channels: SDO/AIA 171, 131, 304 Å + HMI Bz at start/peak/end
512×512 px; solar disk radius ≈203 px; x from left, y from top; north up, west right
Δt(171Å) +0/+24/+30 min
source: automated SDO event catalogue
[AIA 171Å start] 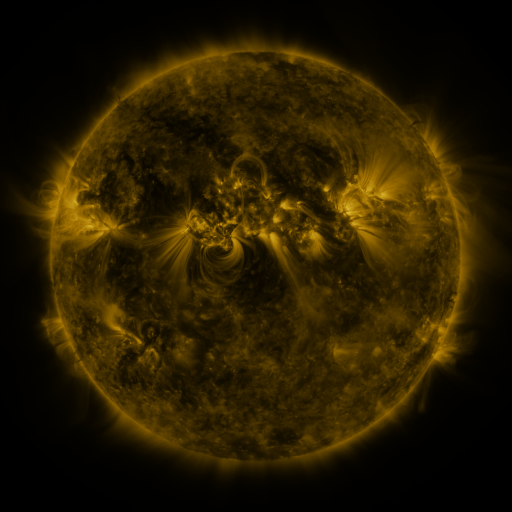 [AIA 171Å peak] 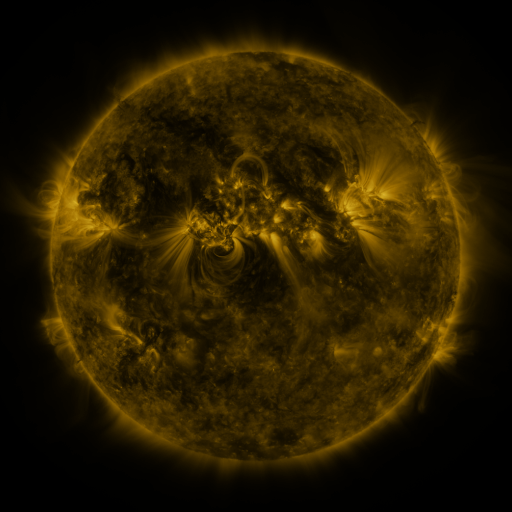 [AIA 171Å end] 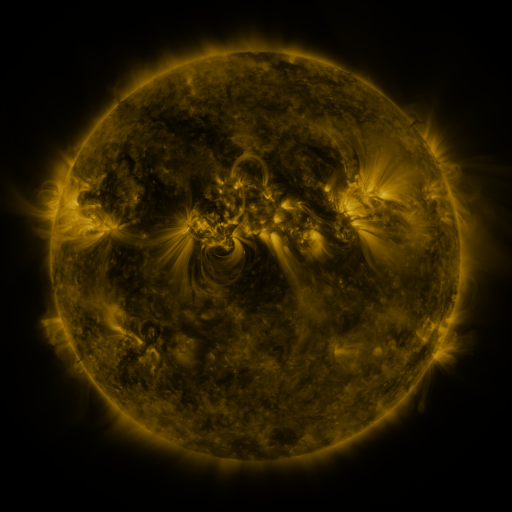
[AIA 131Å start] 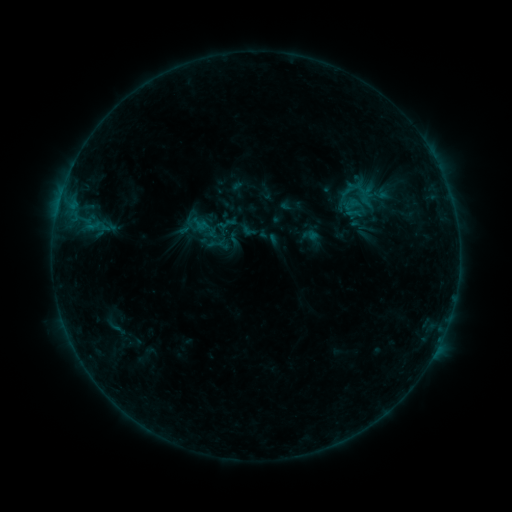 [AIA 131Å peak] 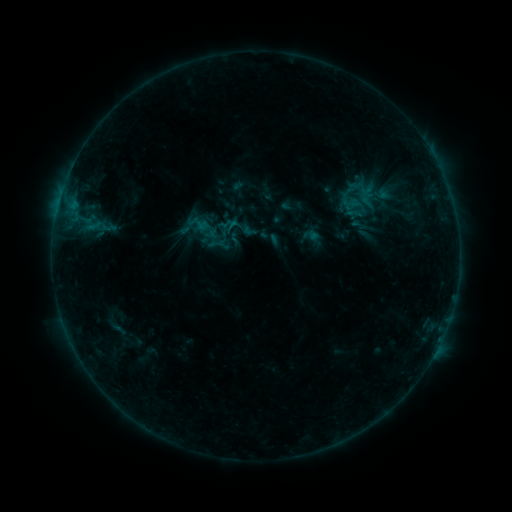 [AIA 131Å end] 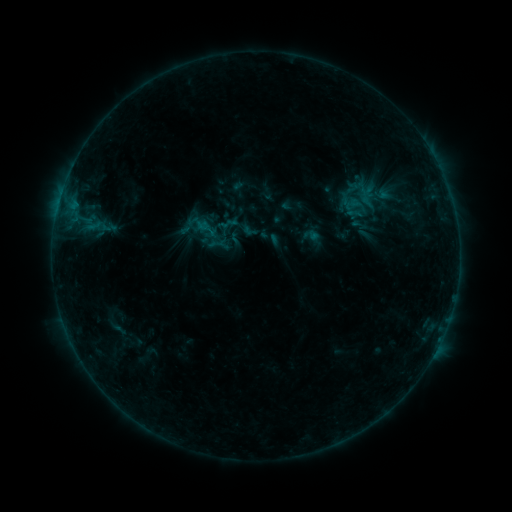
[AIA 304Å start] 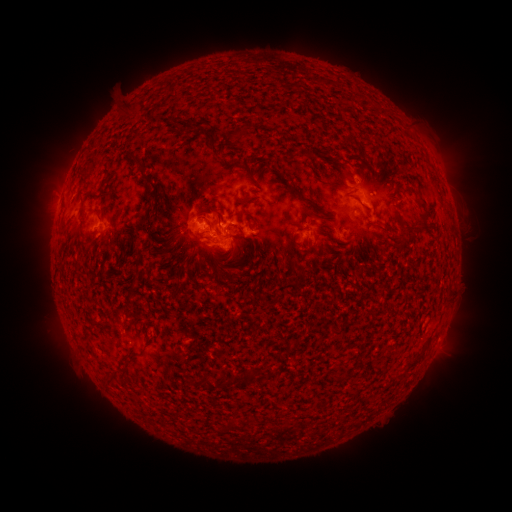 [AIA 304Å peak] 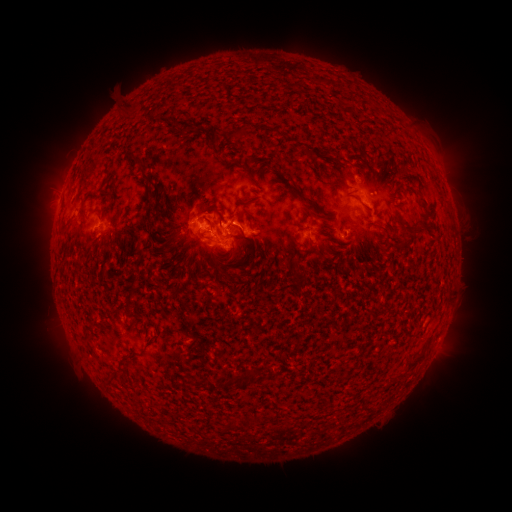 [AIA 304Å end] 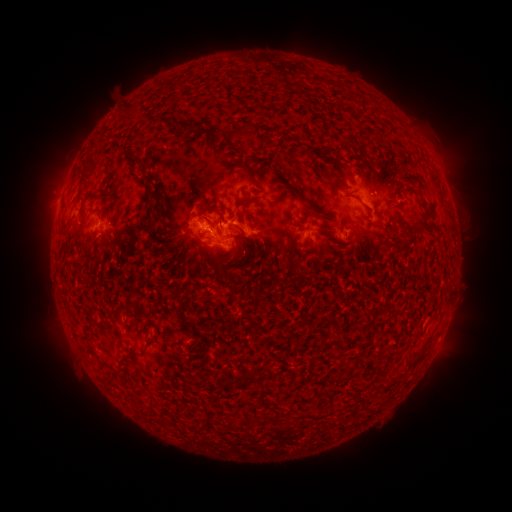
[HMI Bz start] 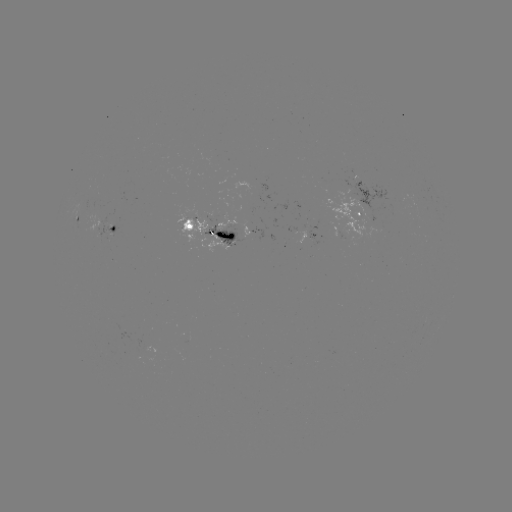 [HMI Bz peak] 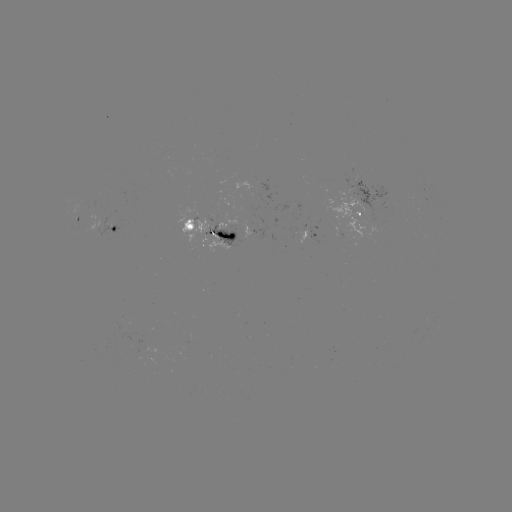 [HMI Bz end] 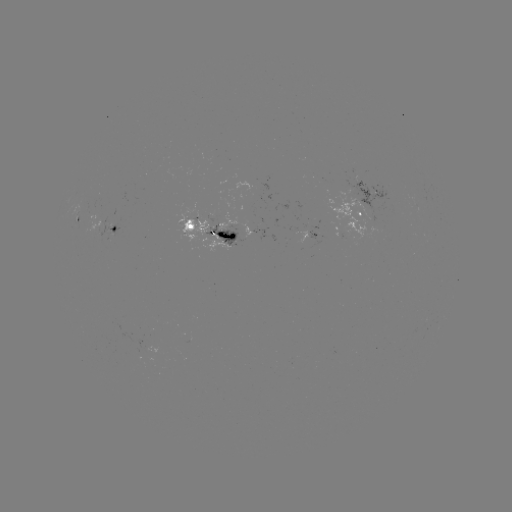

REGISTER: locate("B6.1 flare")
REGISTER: [235, 227]